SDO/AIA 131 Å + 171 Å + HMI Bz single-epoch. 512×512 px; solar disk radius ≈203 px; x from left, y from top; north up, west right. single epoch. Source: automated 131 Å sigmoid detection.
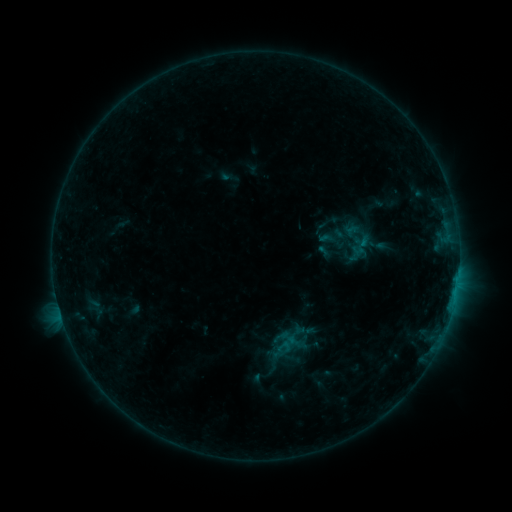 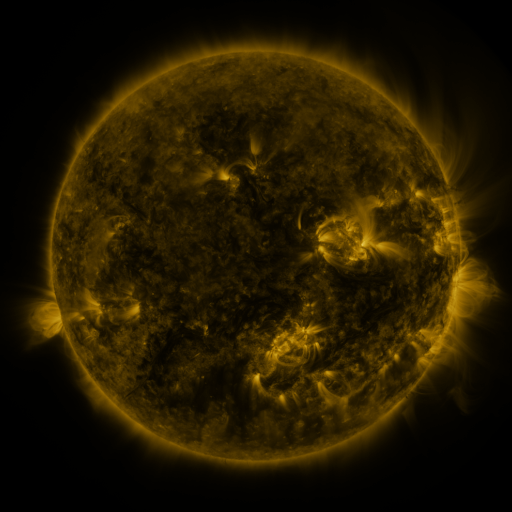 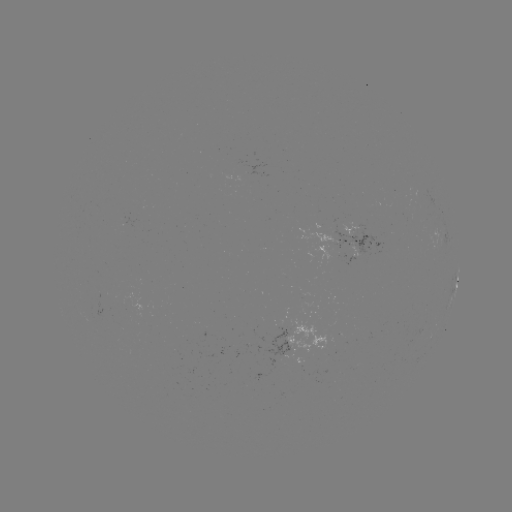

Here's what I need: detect sigmoid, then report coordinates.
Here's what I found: sigmoid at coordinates [284, 347].